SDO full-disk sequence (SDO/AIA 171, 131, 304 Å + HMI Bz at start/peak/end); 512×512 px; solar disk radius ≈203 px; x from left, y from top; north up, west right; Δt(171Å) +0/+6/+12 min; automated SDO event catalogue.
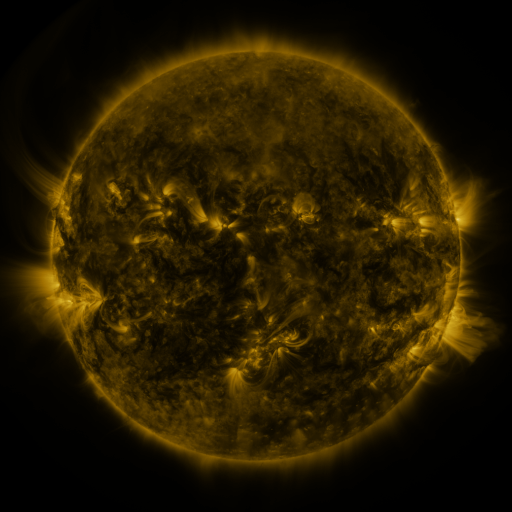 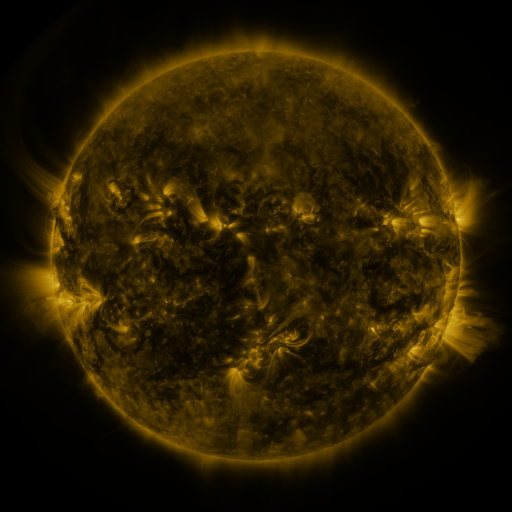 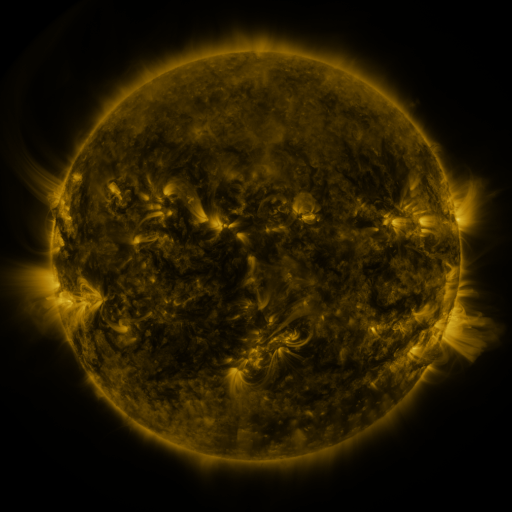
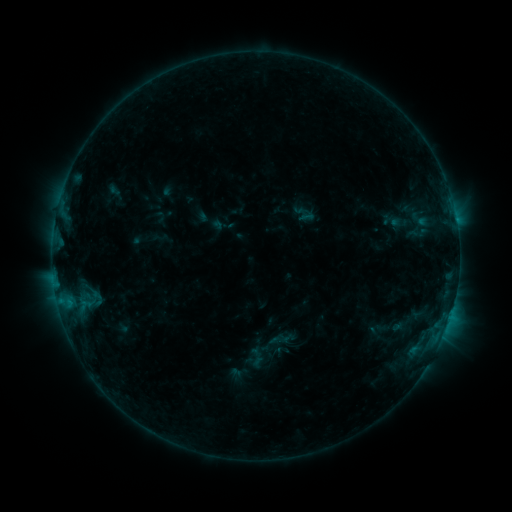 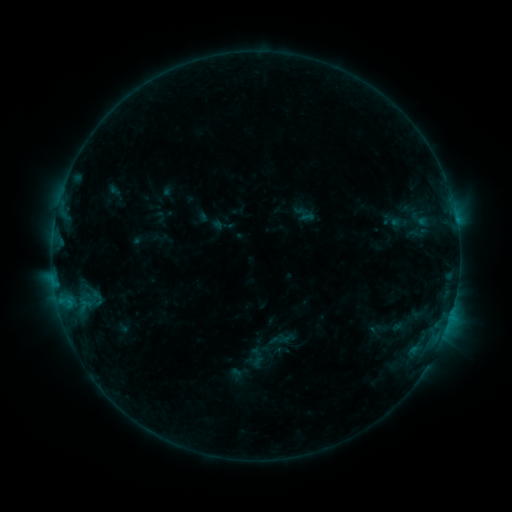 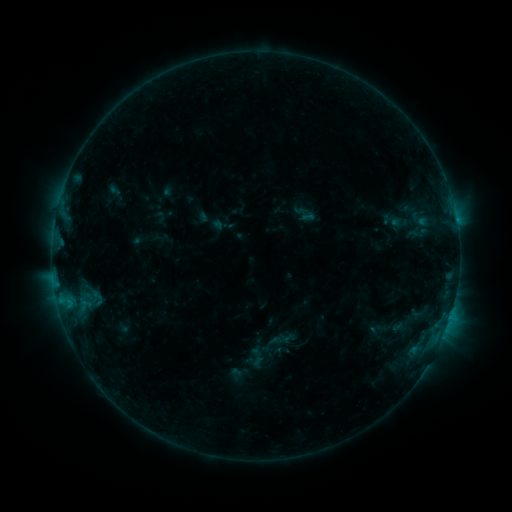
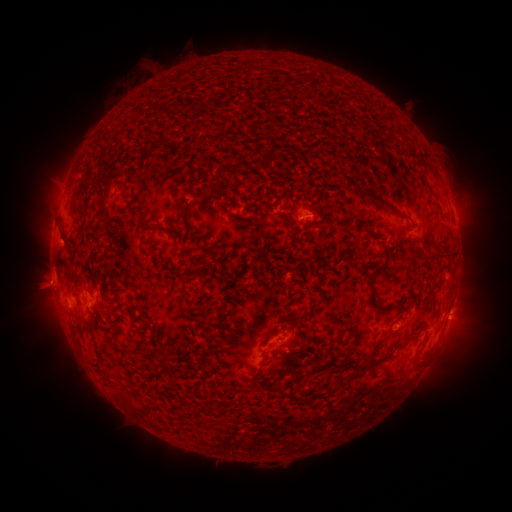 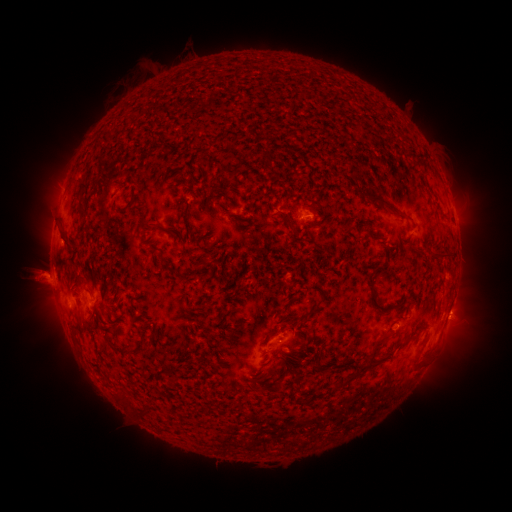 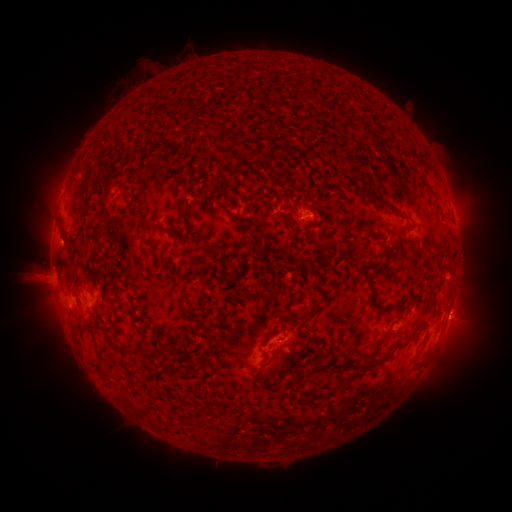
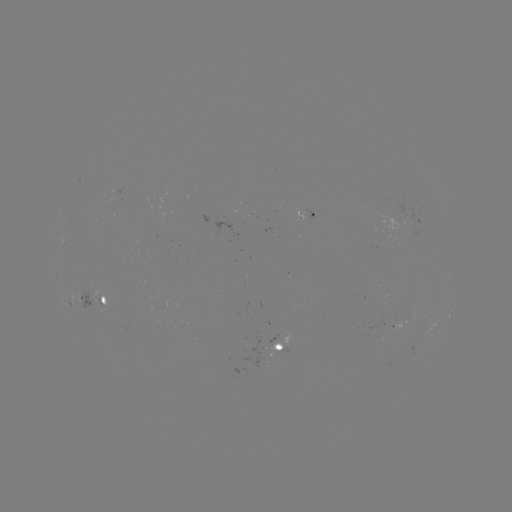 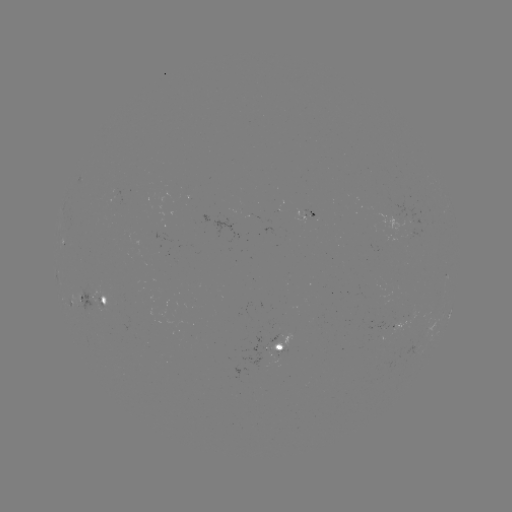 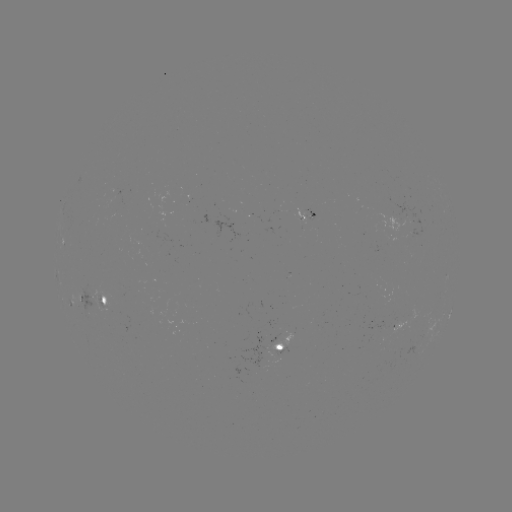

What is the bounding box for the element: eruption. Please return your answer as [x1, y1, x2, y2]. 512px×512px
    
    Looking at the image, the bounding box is [13, 250, 73, 313].